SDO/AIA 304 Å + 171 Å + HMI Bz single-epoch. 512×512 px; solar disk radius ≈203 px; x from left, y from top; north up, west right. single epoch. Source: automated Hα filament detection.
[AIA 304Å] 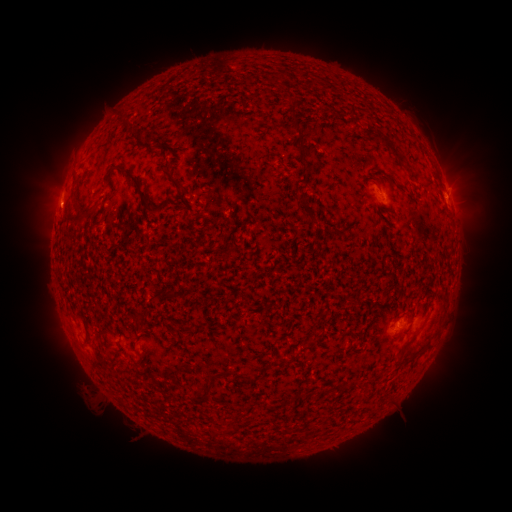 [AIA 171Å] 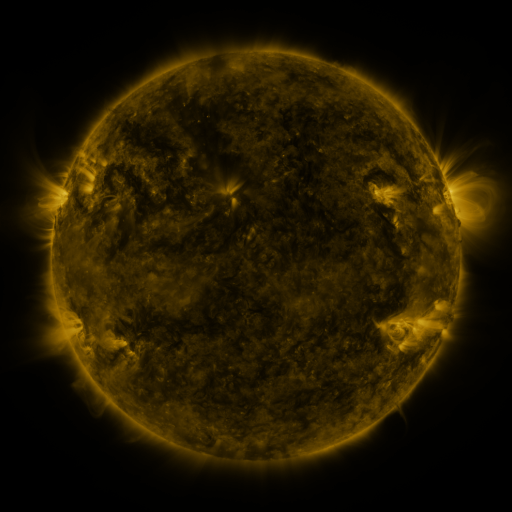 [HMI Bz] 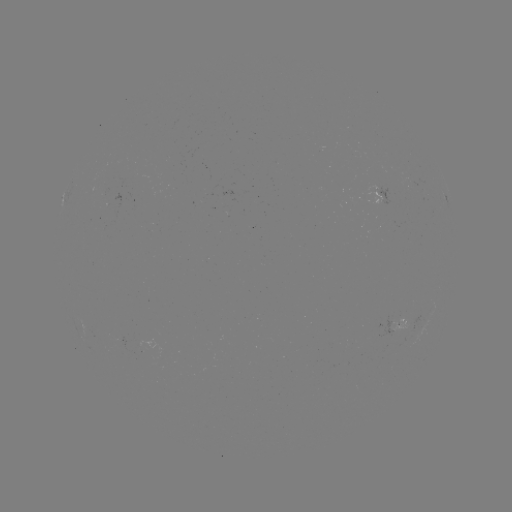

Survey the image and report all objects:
filament: <bbox>348, 106, 355, 118</bbox>
filament: <bbox>289, 110, 309, 164</bbox>
filament: <bbox>361, 127, 405, 164</bbox>
filament: <bbox>101, 164, 154, 211</bbox>
filament: <bbox>165, 165, 183, 192</bbox>
filament: <bbox>297, 192, 309, 204</bbox>
filament: <bbox>175, 201, 183, 210</bbox>
filament: <bbox>73, 204, 100, 222</bbox>
filament: <bbox>306, 215, 317, 224</bbox>
filament: <bbox>226, 245, 236, 255</bbox>
filament: <bbox>242, 295, 251, 309</bbox>
filament: <bbox>80, 309, 91, 338</bbox>
filament: <bbox>343, 330, 356, 338</bbox>
filament: <bbox>397, 338, 413, 358</bbox>
filament: <bbox>425, 340, 432, 350</bbox>
filament: <bbox>269, 358, 283, 367</bbox>
filament: <bbox>244, 376, 253, 385</bbox>
filament: <bbox>193, 383, 212, 402</bbox>
